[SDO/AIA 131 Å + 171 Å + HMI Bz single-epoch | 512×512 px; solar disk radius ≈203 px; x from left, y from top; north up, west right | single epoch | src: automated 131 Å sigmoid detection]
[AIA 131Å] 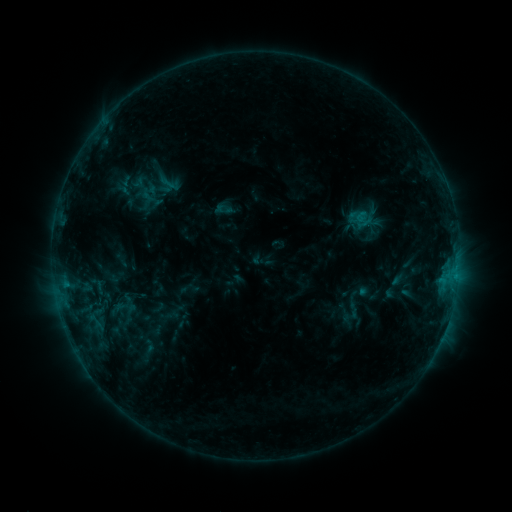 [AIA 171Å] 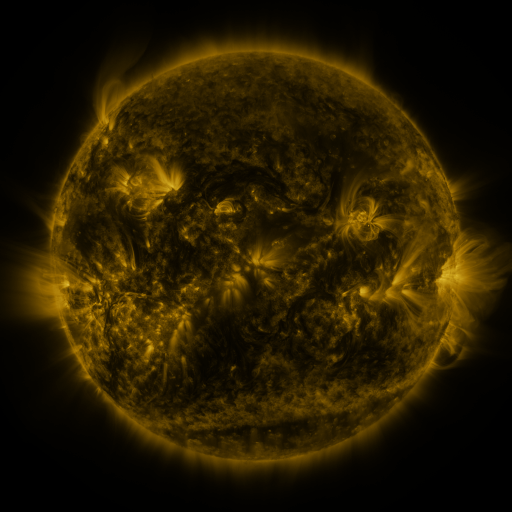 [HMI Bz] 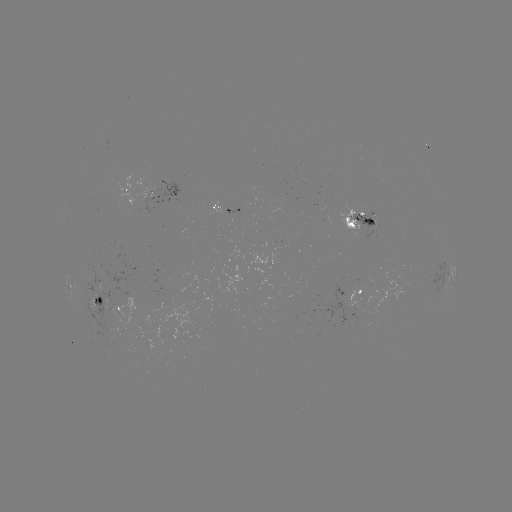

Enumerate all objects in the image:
sigmoid: (169, 183)
sigmoid: (116, 309)
